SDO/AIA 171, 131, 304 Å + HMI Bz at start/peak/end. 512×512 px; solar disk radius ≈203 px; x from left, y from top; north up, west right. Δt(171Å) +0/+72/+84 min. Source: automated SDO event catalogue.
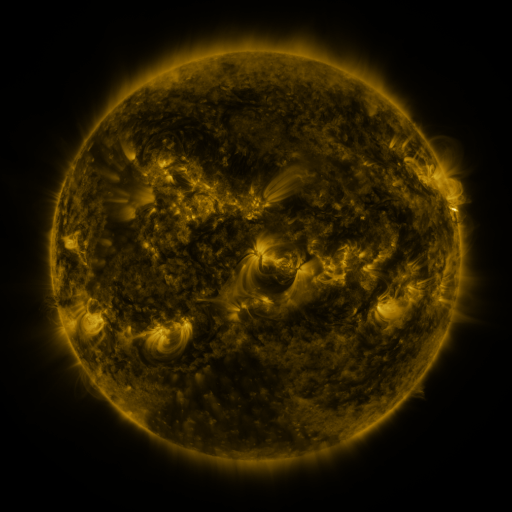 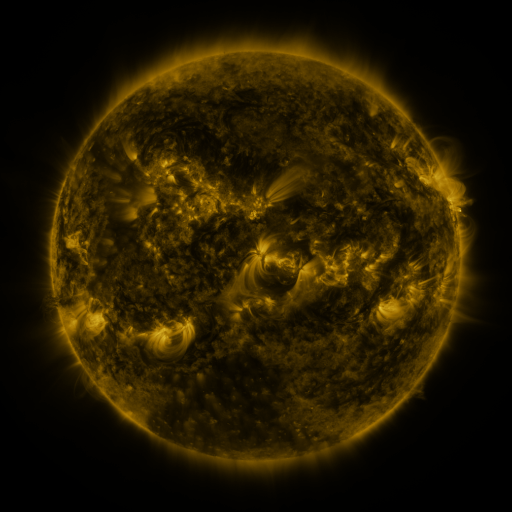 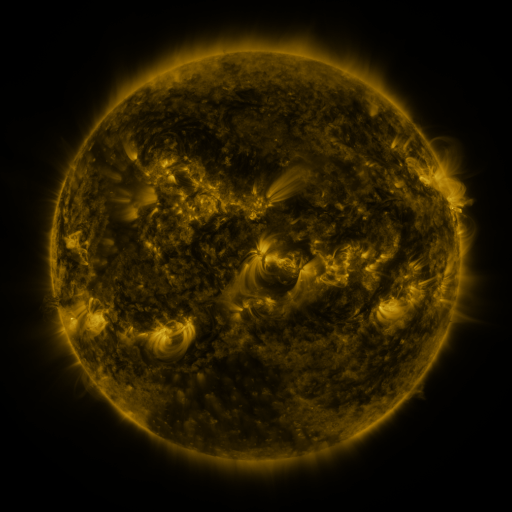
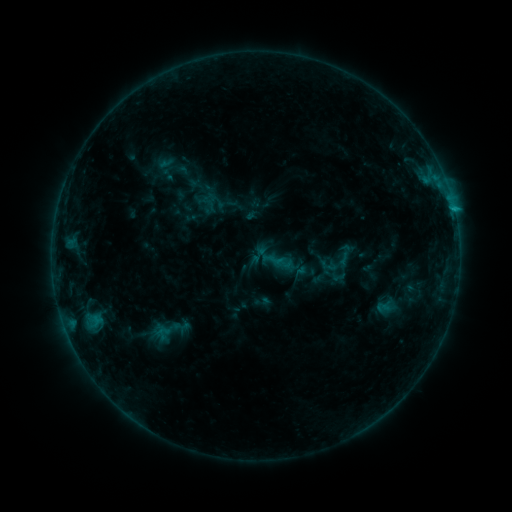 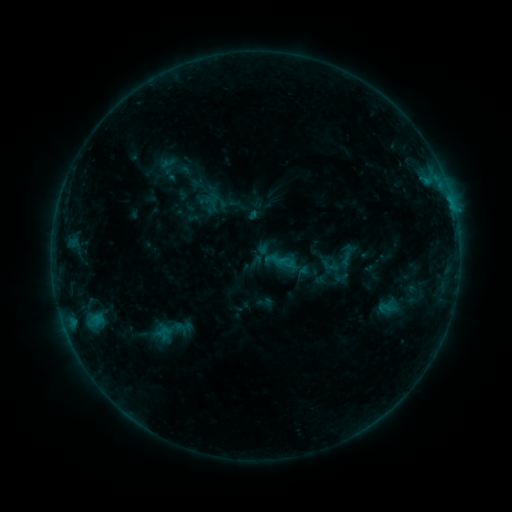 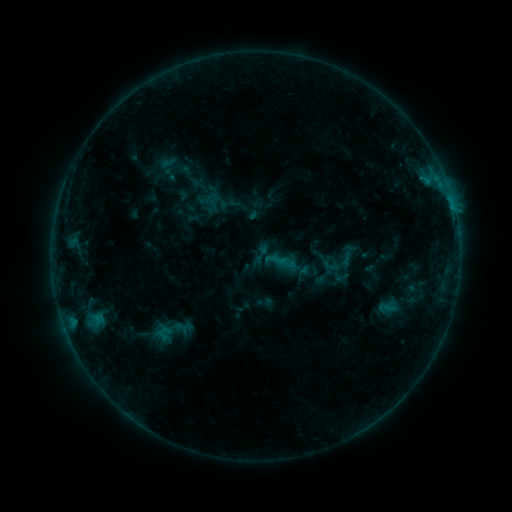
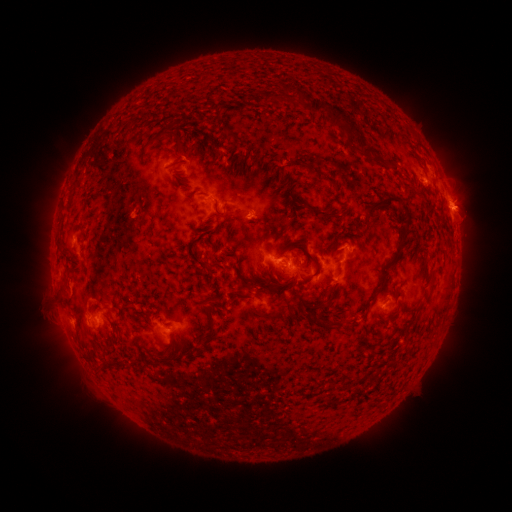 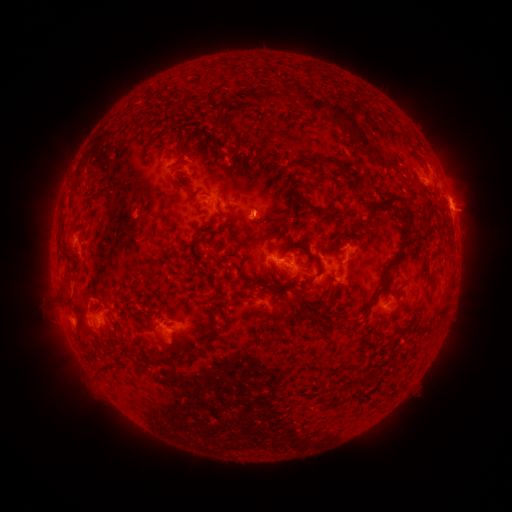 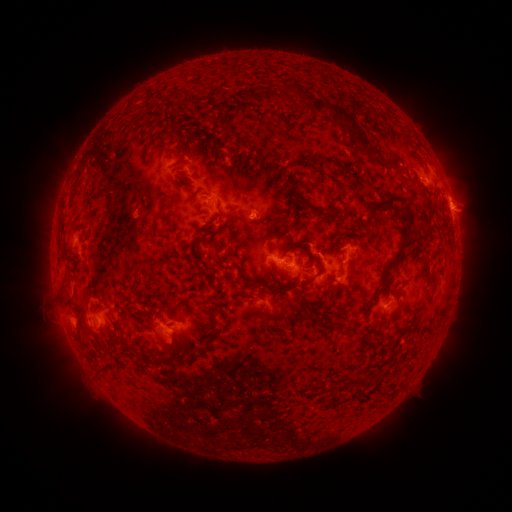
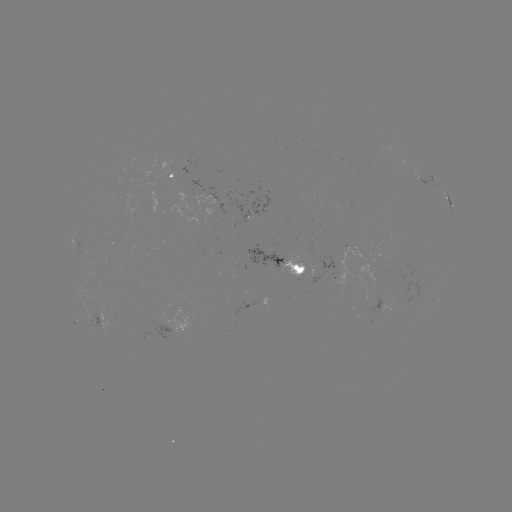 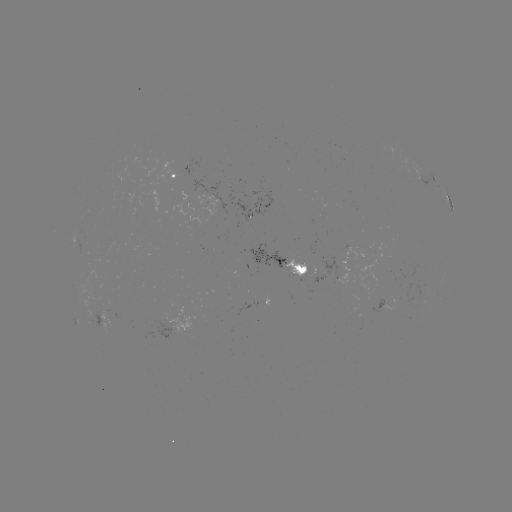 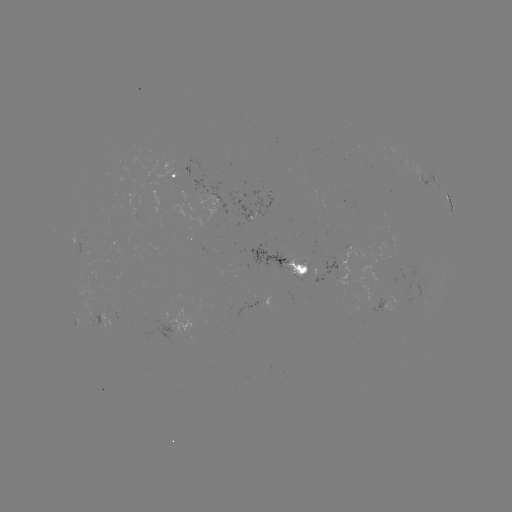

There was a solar emerging-flux region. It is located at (296, 272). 